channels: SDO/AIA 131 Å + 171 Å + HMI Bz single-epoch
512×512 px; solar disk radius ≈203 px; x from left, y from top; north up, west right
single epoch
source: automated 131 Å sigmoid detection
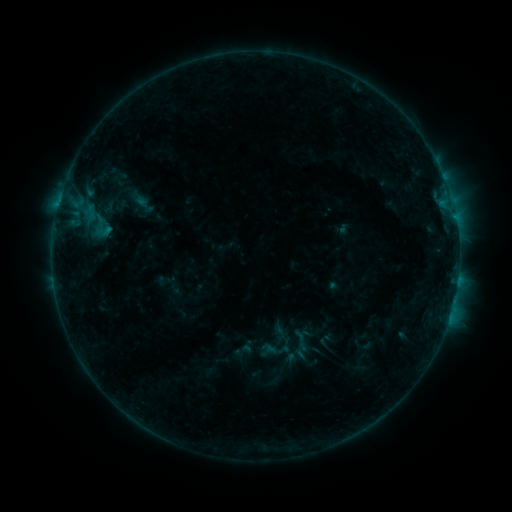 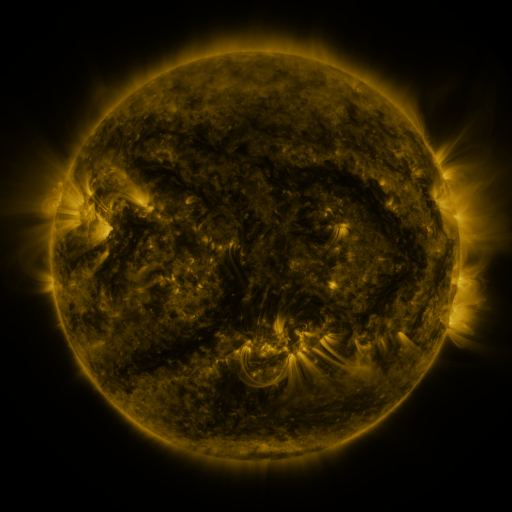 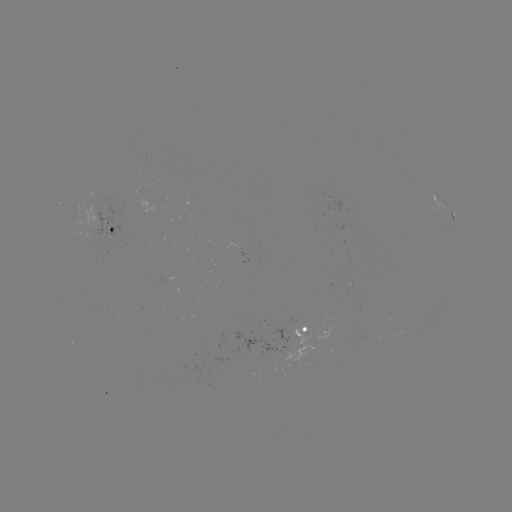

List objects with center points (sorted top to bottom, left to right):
sigmoid: <bbox>95, 220, 114, 242</bbox>
sigmoid: <bbox>232, 341, 254, 361</bbox>
